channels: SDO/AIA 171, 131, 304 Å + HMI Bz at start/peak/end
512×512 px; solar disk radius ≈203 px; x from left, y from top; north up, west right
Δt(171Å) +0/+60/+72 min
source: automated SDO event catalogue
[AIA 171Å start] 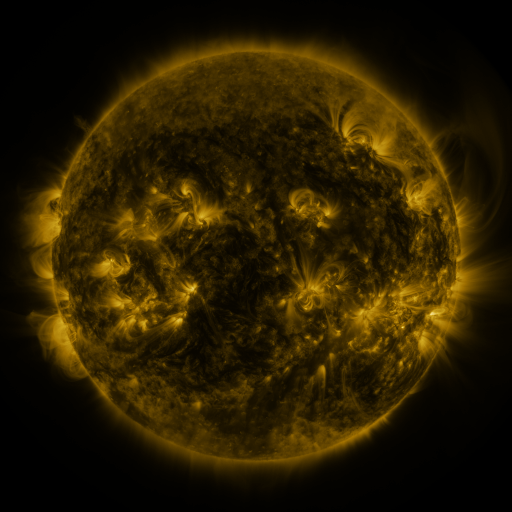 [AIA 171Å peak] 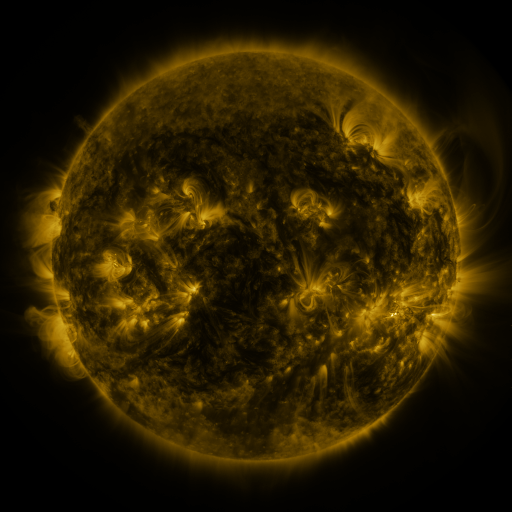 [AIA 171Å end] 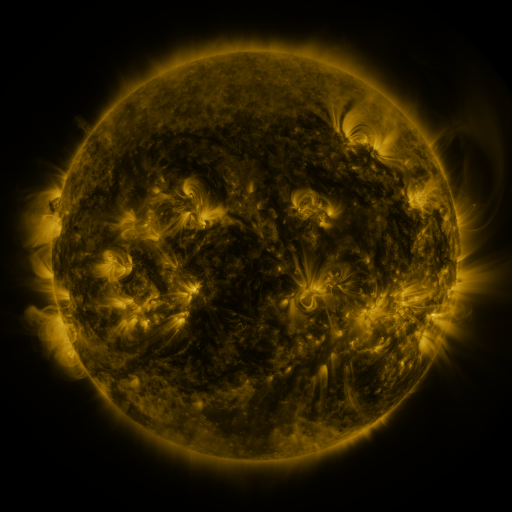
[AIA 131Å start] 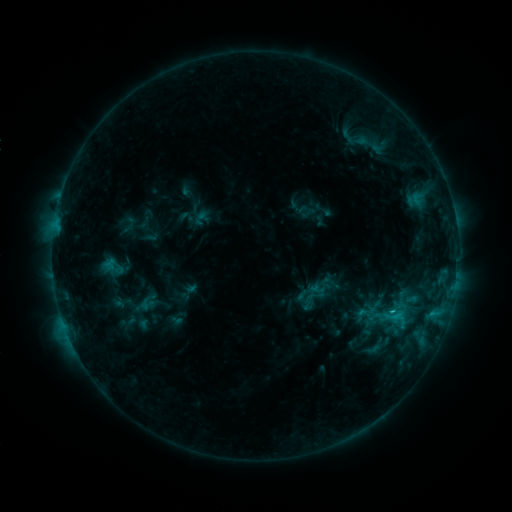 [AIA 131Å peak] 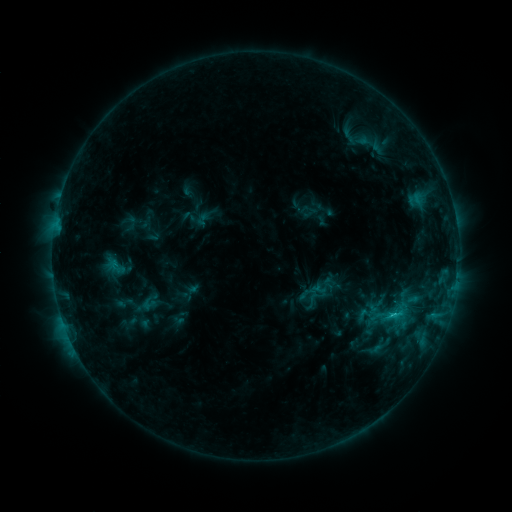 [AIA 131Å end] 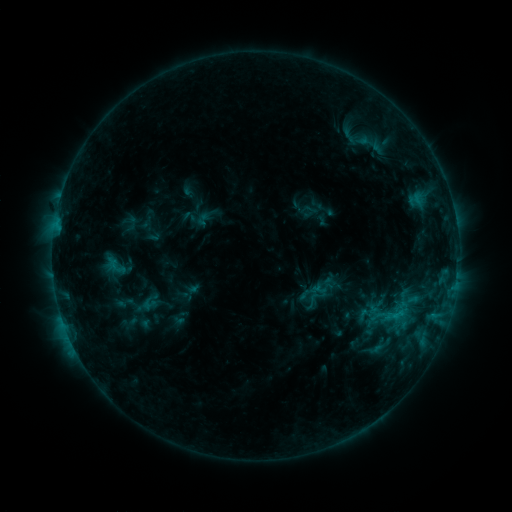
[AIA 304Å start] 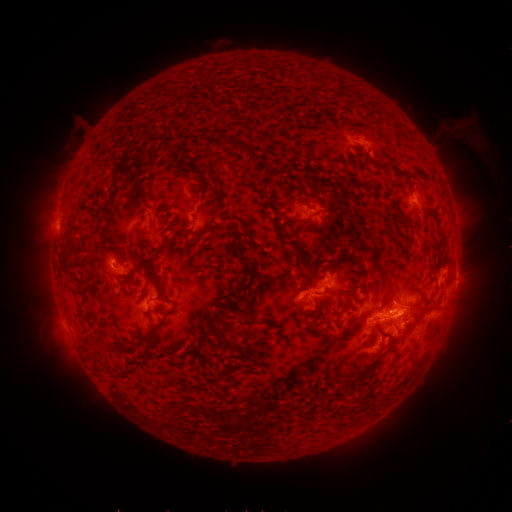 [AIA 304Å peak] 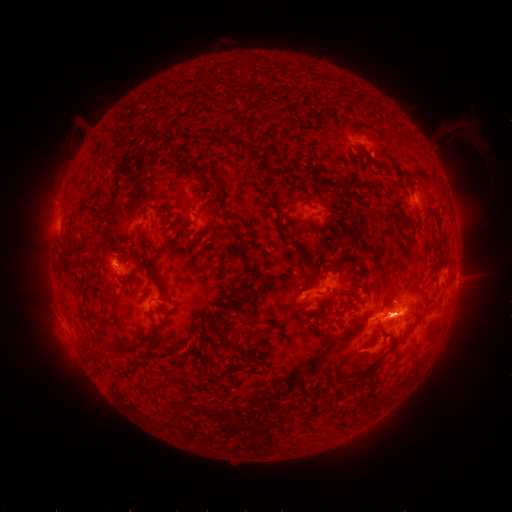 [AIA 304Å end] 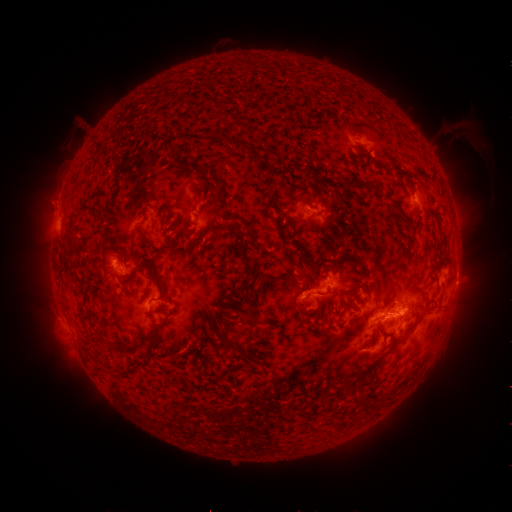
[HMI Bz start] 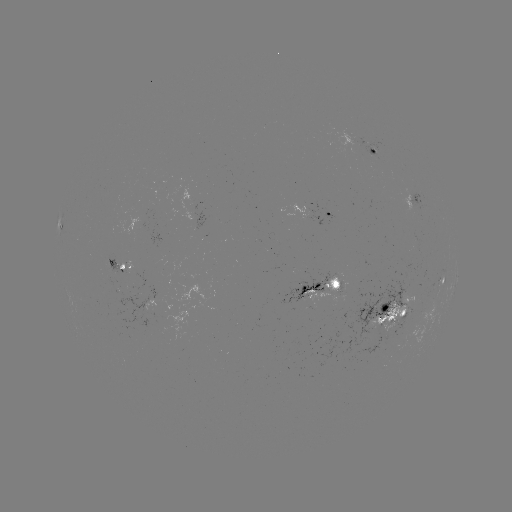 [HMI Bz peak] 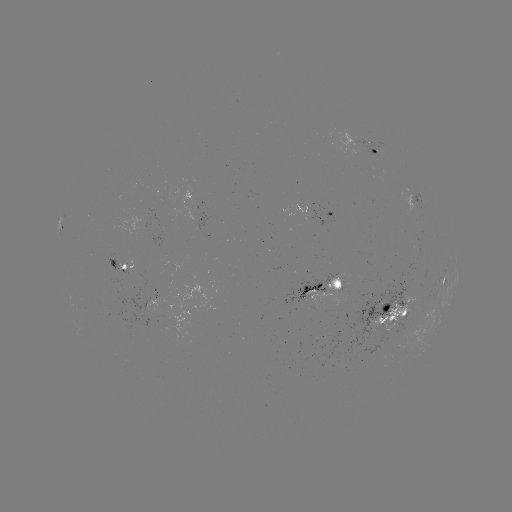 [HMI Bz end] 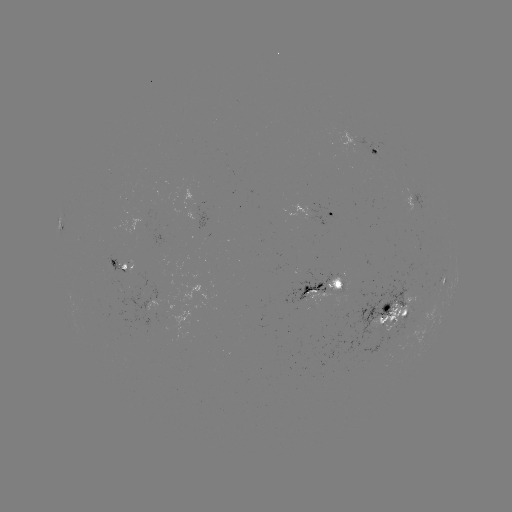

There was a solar emerging-flux region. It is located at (395, 305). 